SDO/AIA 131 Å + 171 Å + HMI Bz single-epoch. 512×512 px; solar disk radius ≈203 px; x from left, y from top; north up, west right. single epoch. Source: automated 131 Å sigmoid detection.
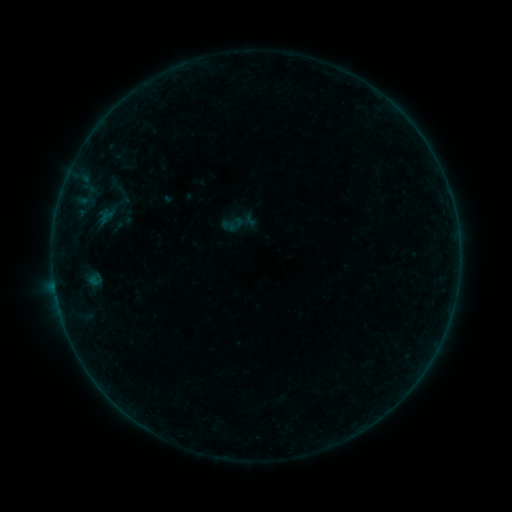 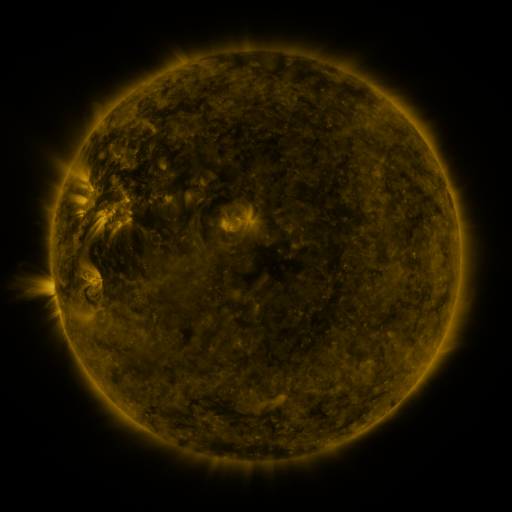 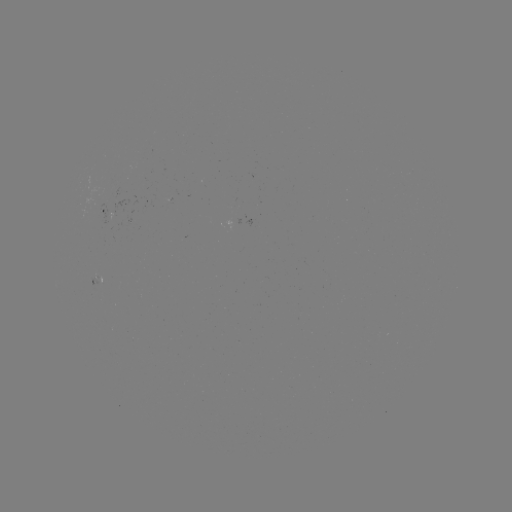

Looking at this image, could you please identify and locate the sigmoid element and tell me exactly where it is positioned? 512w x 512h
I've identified sigmoid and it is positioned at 119,190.